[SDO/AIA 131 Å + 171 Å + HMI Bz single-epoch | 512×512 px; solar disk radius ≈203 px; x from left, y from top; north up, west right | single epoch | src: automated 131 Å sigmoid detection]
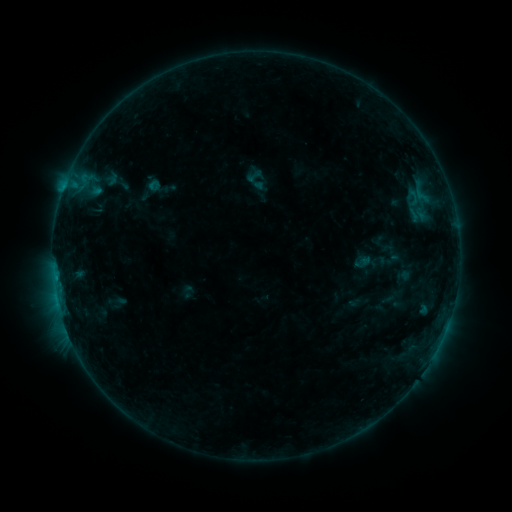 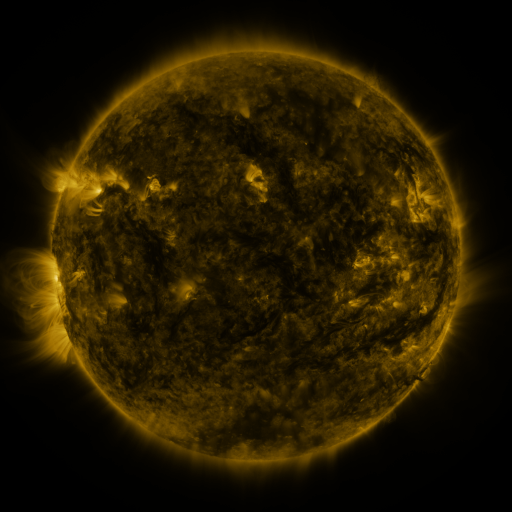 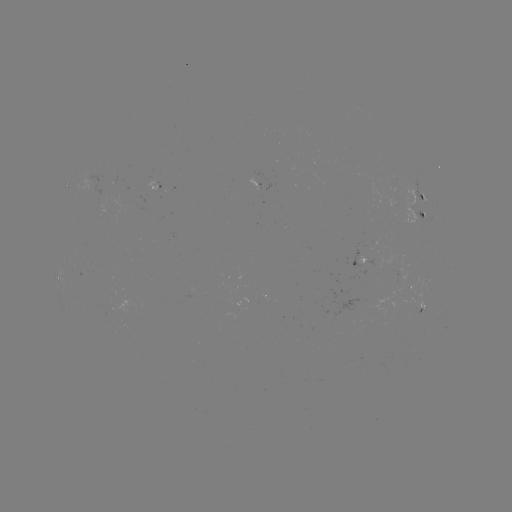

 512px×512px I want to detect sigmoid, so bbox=[245, 167, 263, 185].